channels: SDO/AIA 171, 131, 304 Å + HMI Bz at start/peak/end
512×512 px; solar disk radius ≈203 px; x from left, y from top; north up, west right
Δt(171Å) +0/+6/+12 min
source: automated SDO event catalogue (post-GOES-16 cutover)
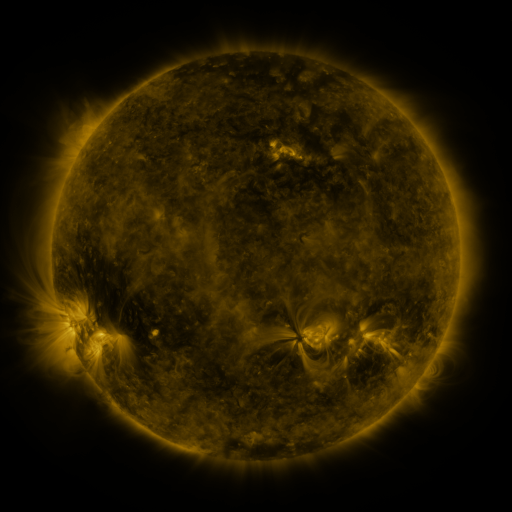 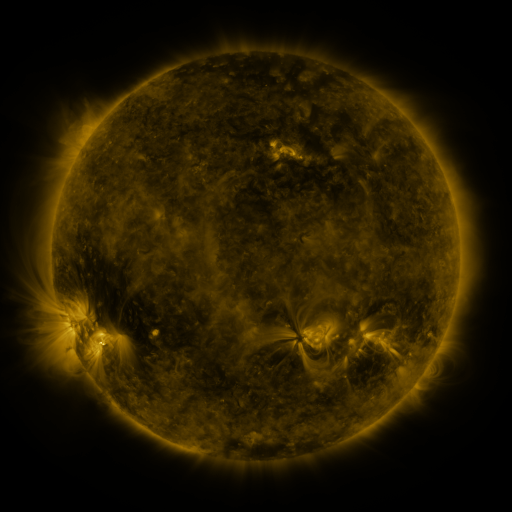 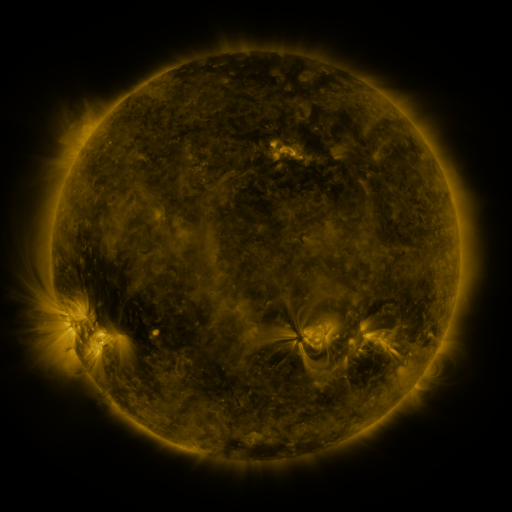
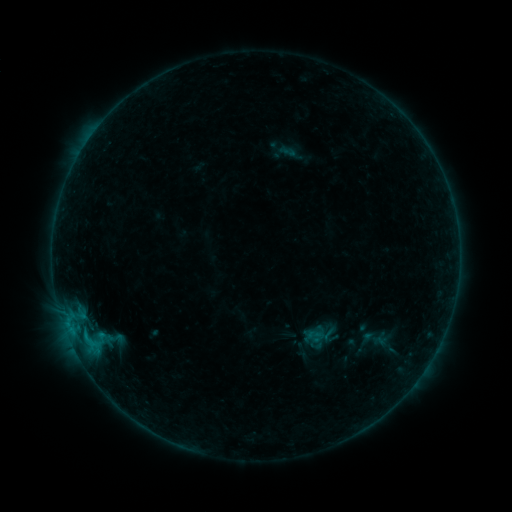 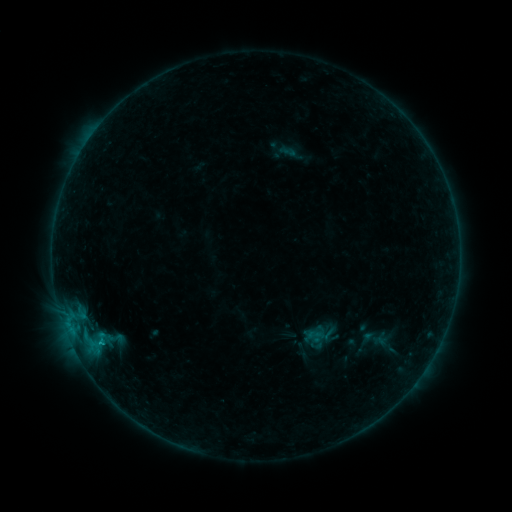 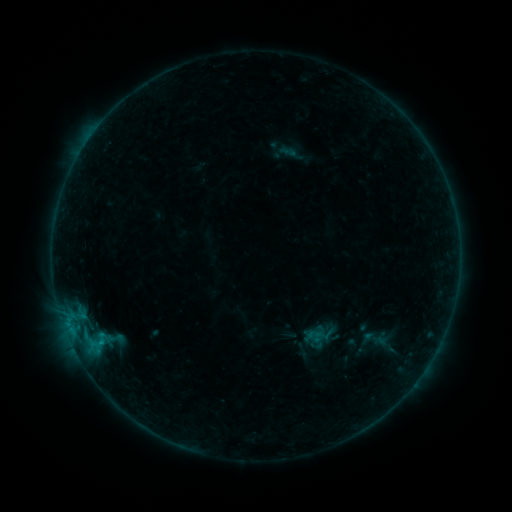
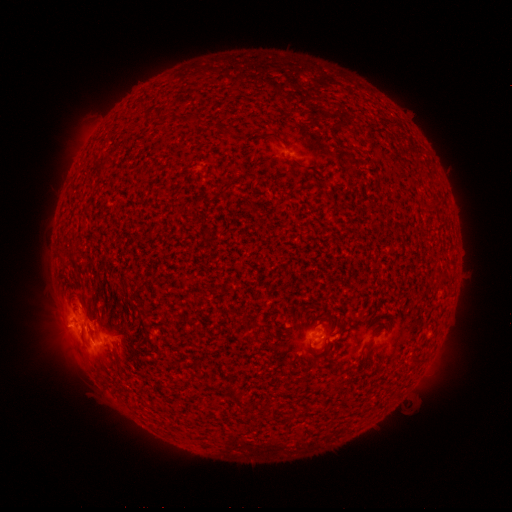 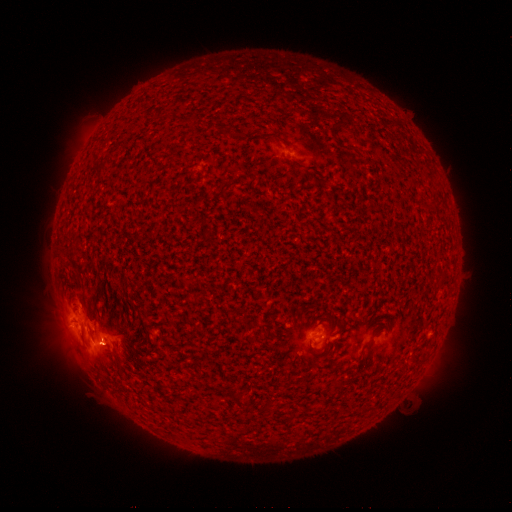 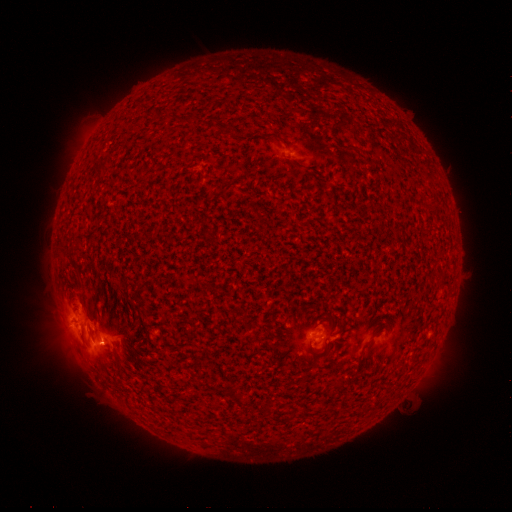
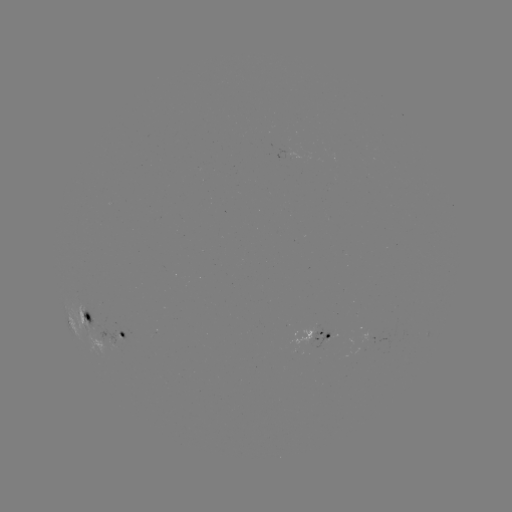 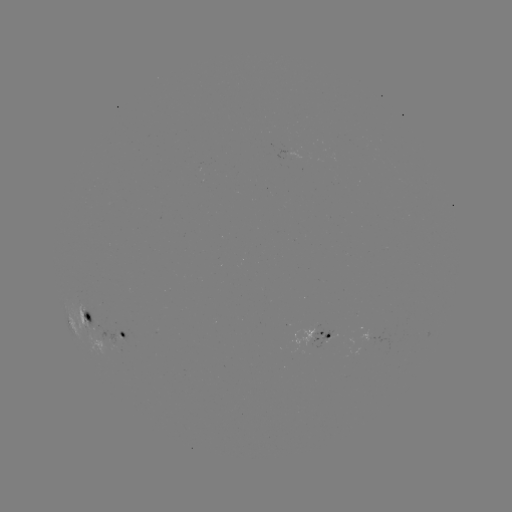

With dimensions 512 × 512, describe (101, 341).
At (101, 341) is B7.4 flare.